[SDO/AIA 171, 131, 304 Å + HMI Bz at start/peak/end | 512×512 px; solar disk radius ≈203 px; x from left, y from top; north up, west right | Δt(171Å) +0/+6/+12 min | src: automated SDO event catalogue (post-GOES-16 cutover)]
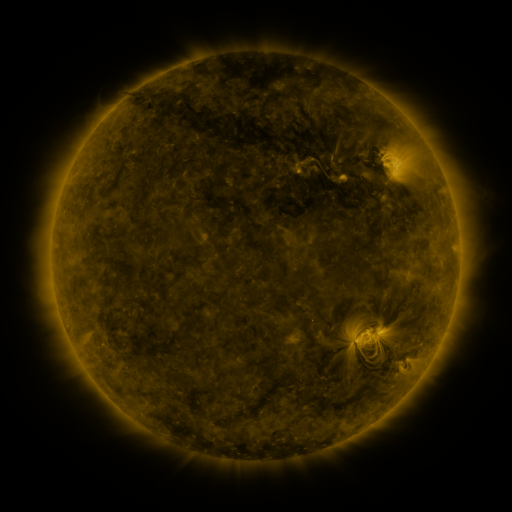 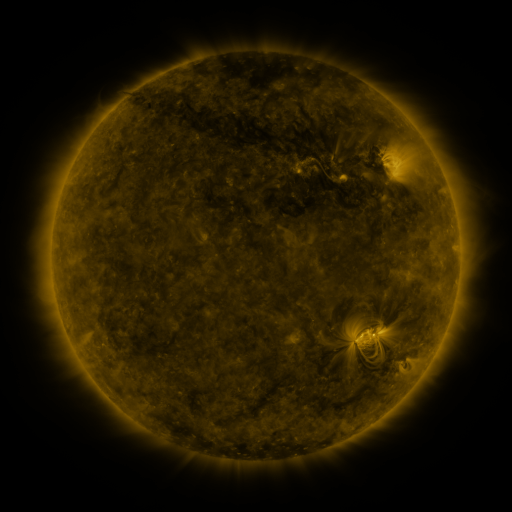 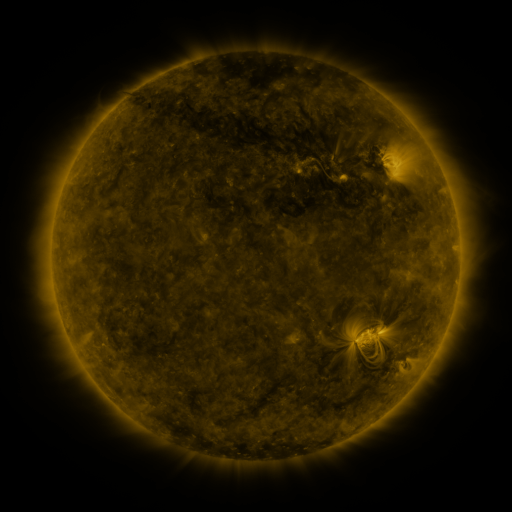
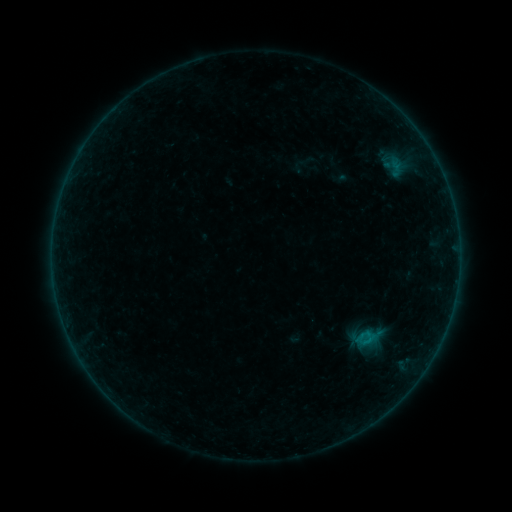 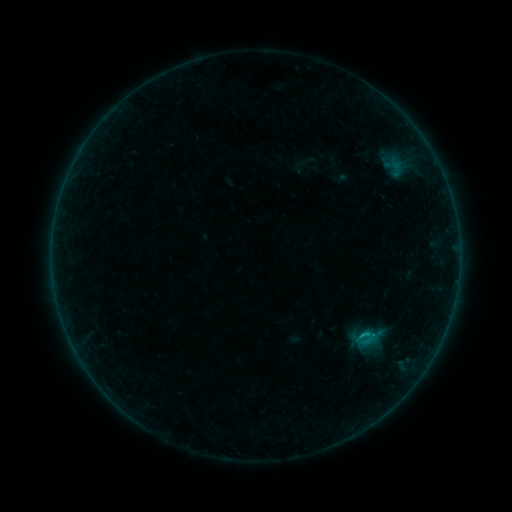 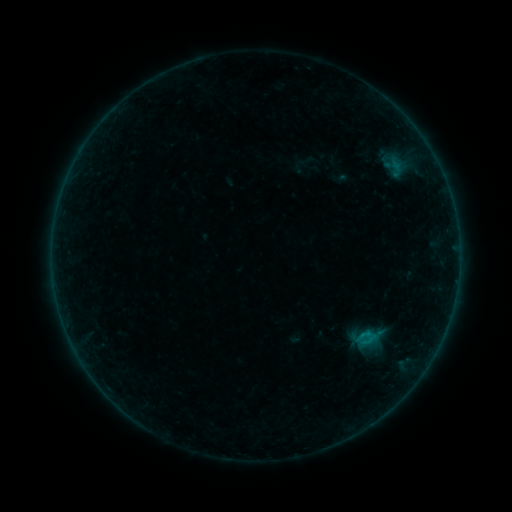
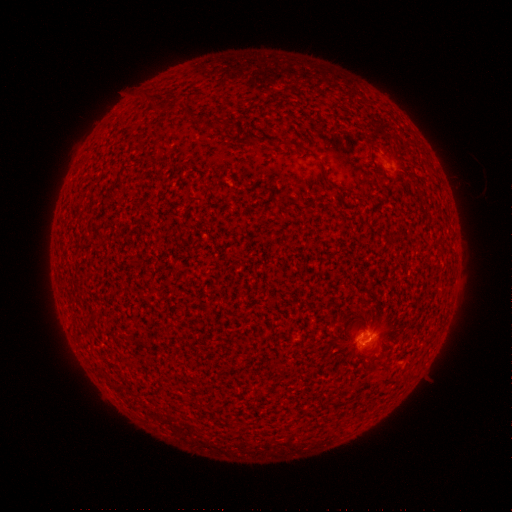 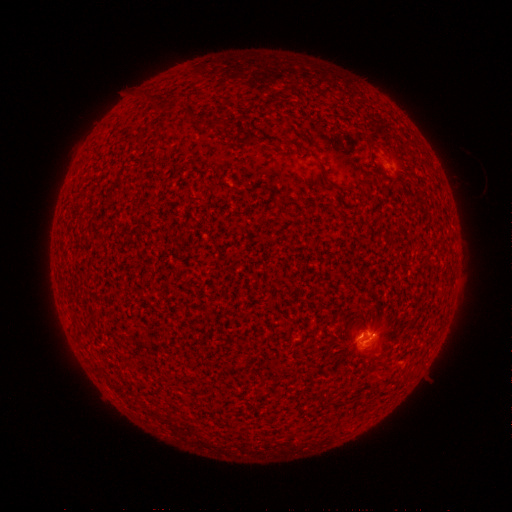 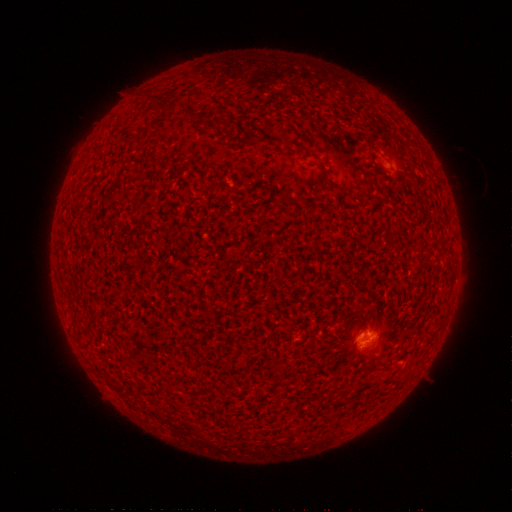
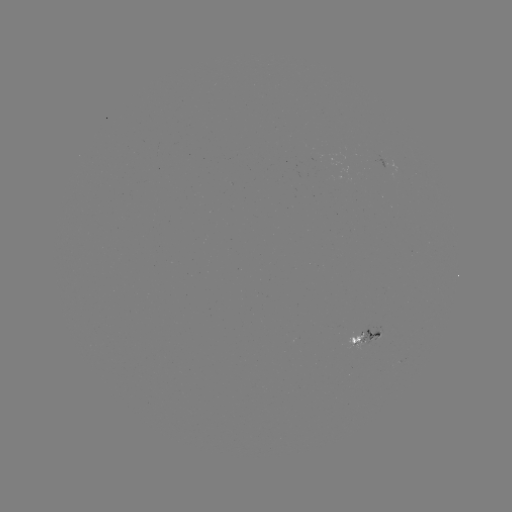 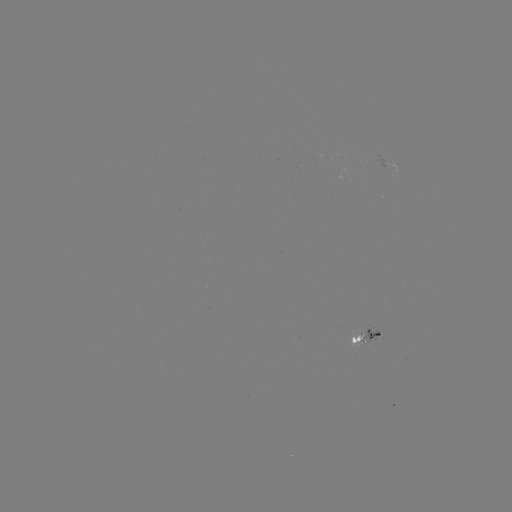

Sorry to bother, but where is B5.1 flare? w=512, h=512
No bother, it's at [361, 332].